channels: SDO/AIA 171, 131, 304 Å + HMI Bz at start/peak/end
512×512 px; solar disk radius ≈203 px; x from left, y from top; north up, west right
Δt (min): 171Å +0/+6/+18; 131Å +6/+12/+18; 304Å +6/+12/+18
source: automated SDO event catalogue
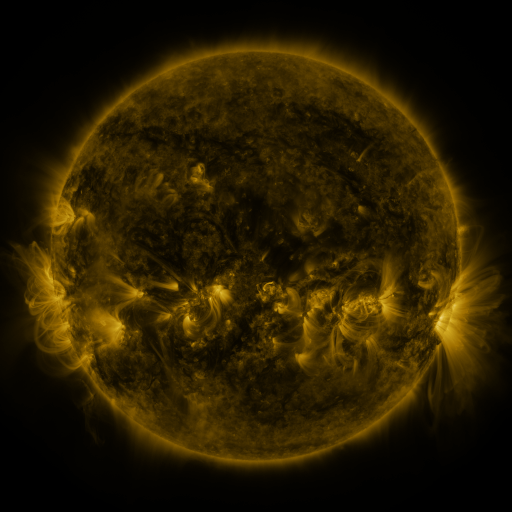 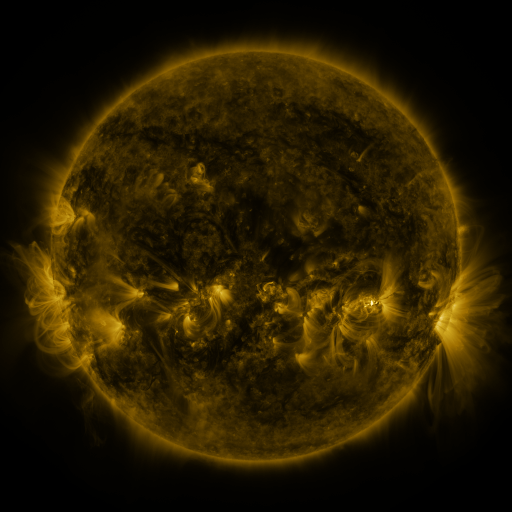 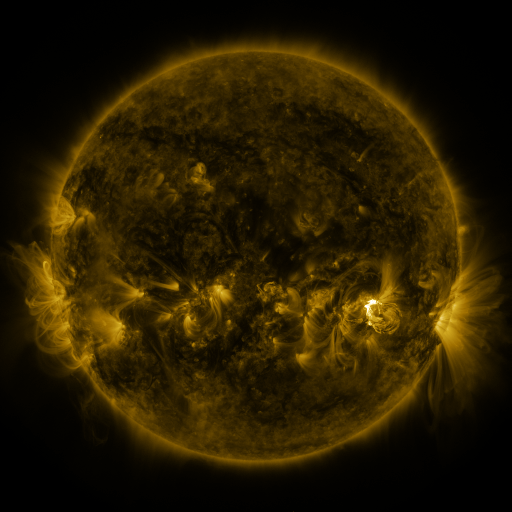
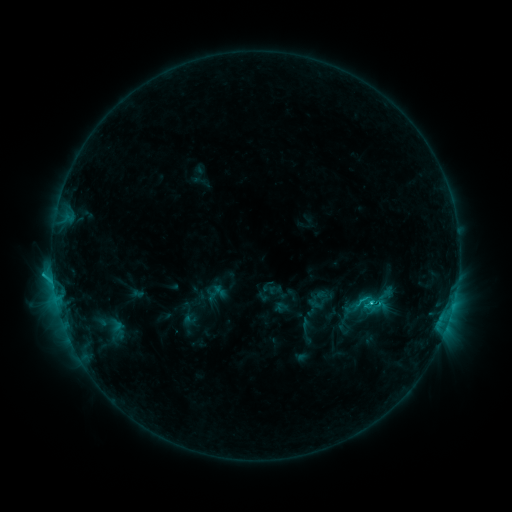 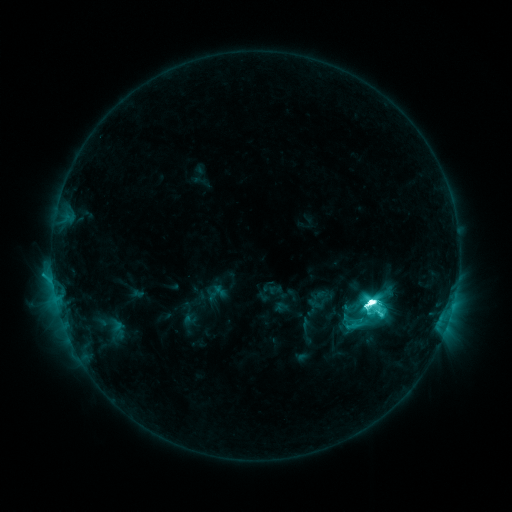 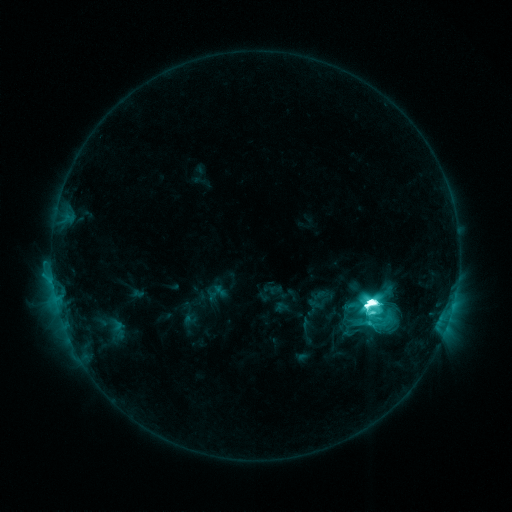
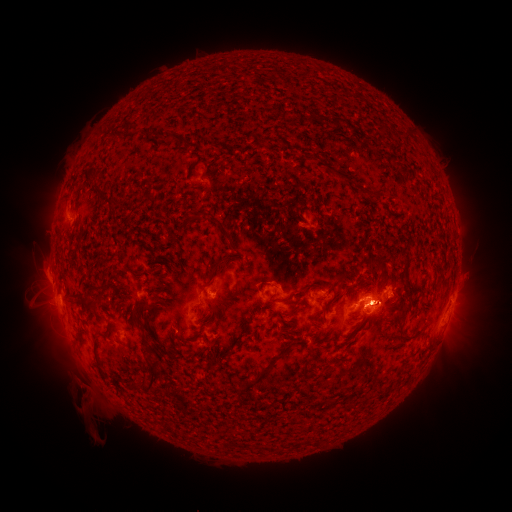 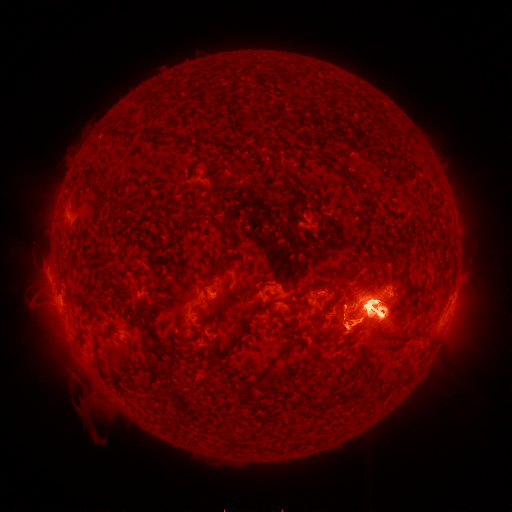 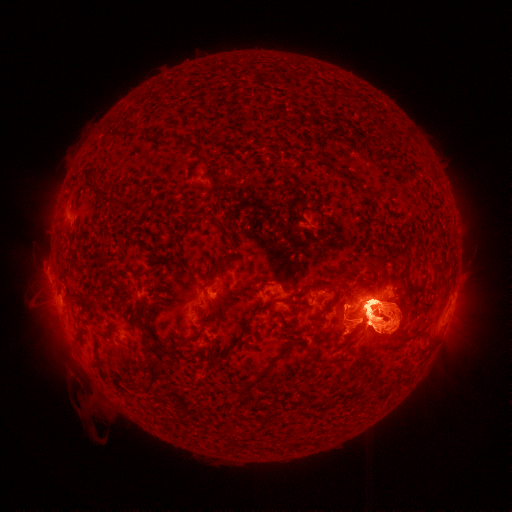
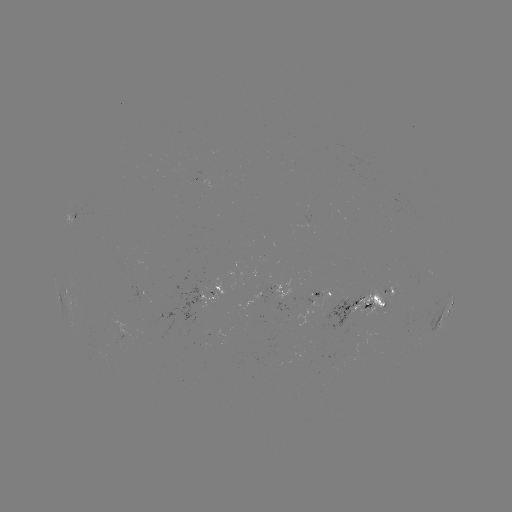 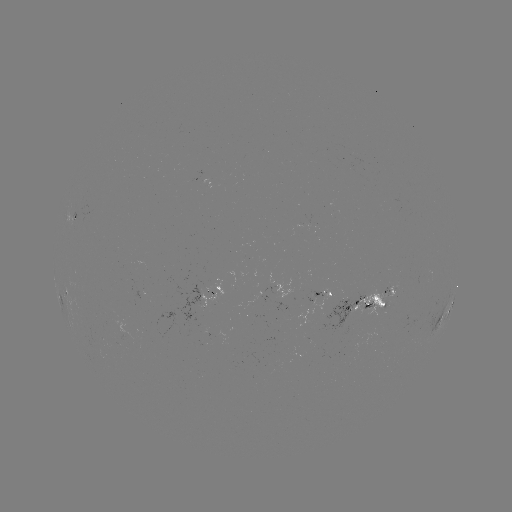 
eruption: [14, 264, 97, 369]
